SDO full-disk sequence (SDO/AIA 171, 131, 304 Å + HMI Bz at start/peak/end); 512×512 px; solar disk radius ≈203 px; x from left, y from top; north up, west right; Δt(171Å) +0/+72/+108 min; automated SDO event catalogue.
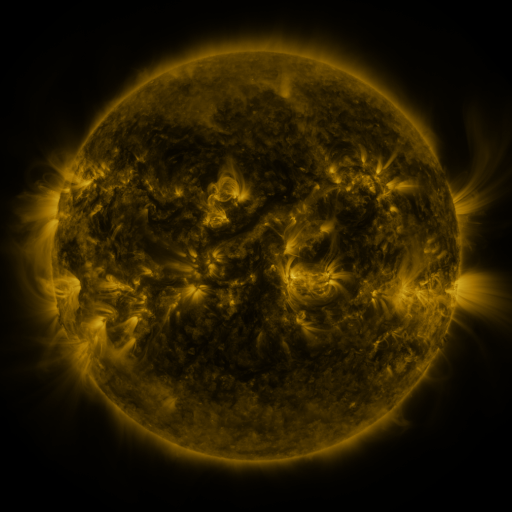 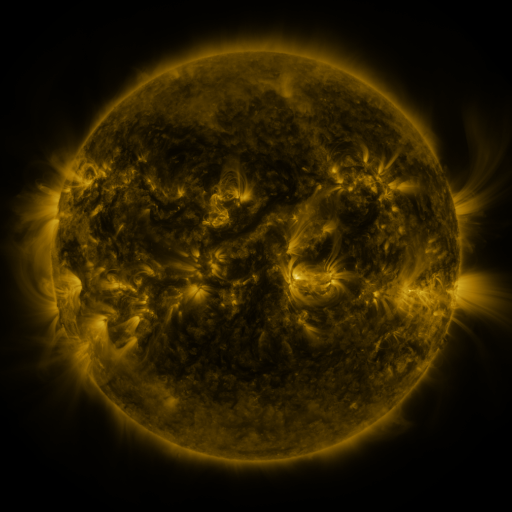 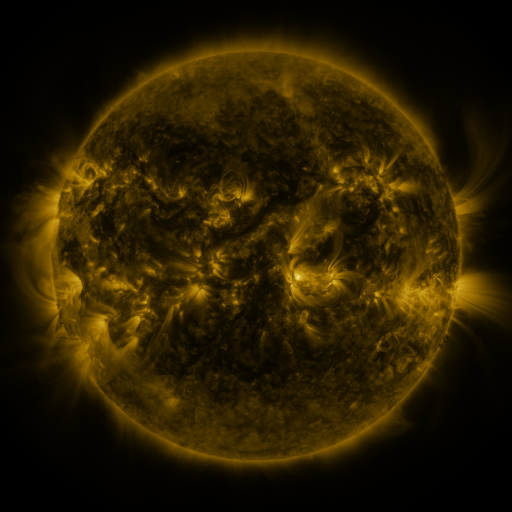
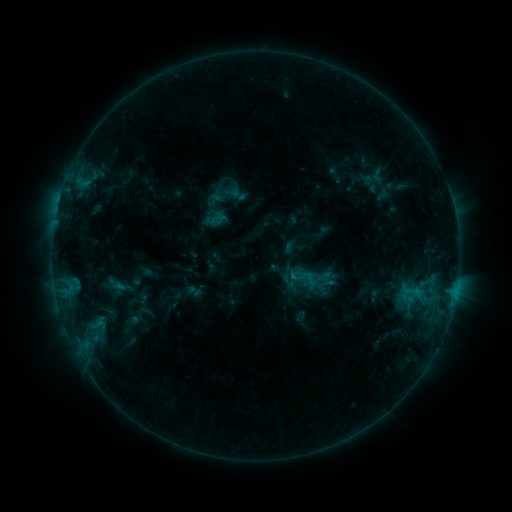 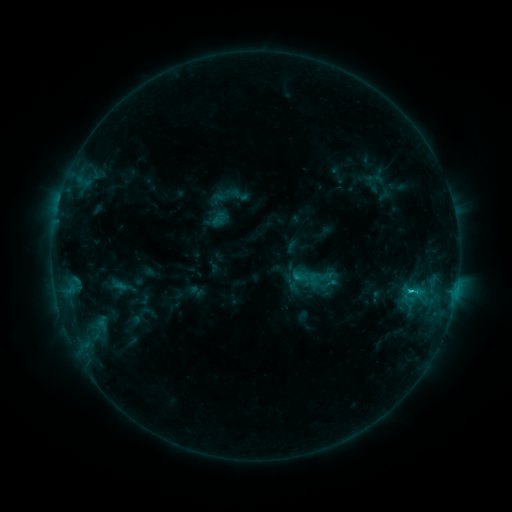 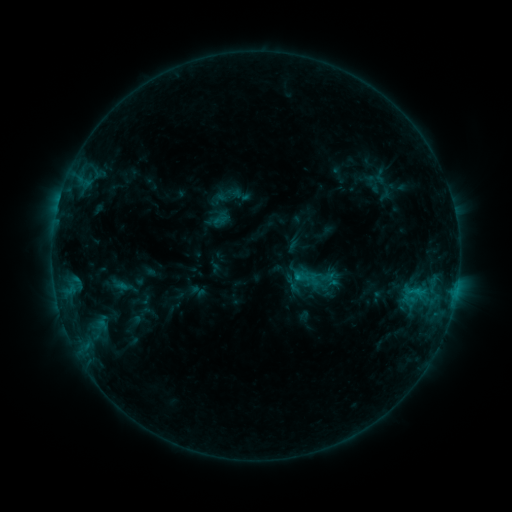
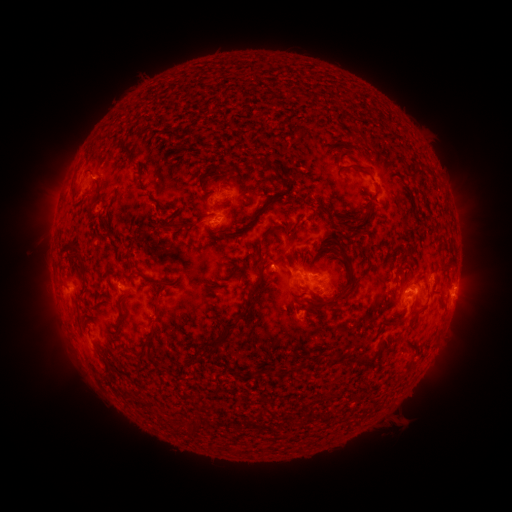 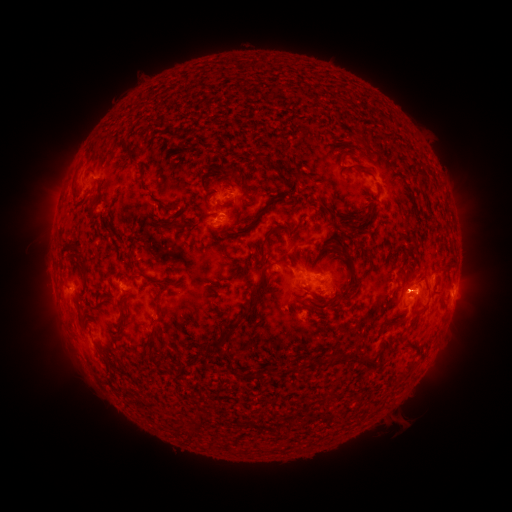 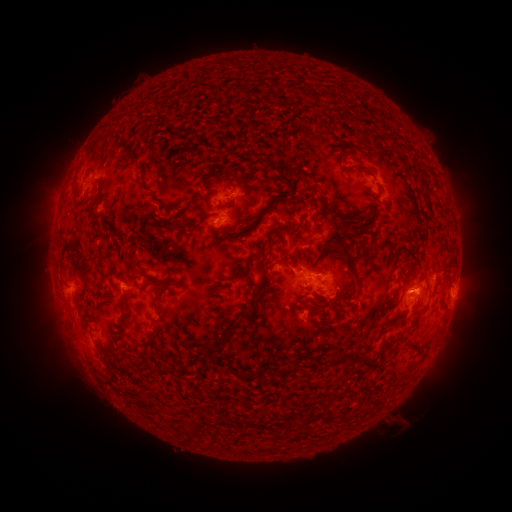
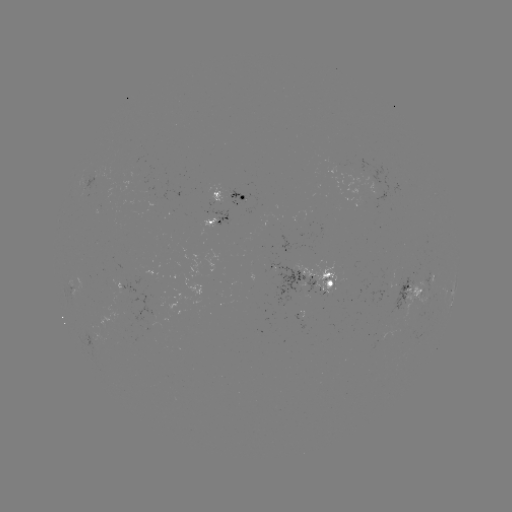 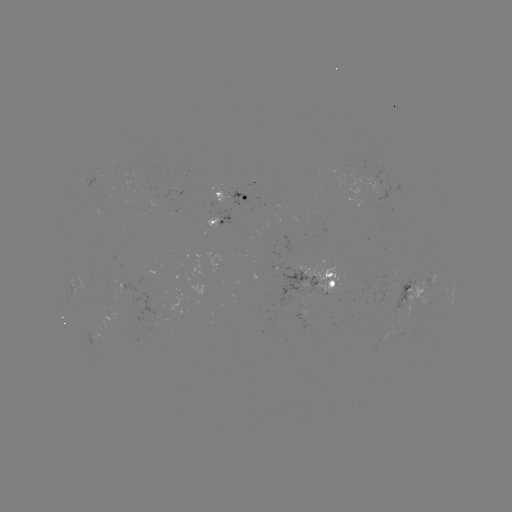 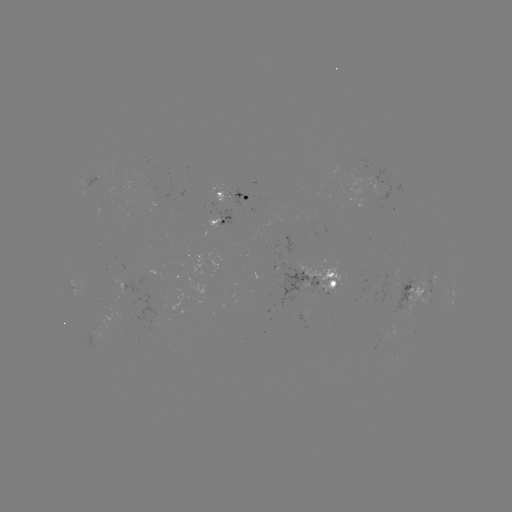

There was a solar emerging-flux region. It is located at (304, 316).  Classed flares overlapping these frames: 1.